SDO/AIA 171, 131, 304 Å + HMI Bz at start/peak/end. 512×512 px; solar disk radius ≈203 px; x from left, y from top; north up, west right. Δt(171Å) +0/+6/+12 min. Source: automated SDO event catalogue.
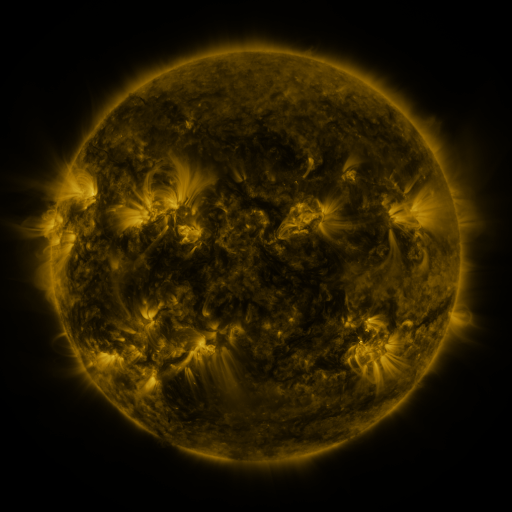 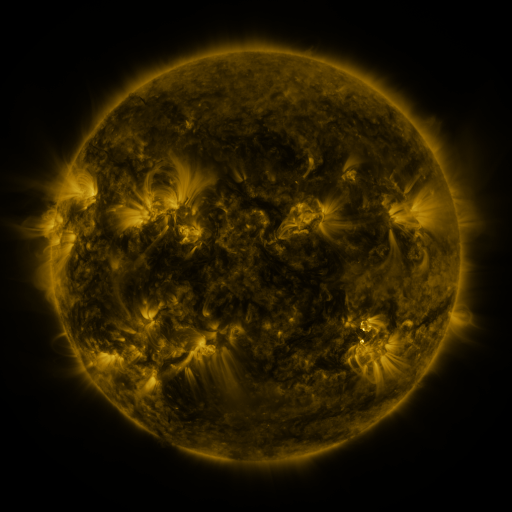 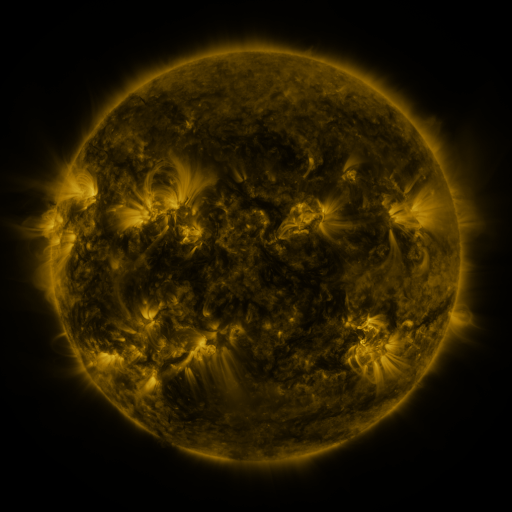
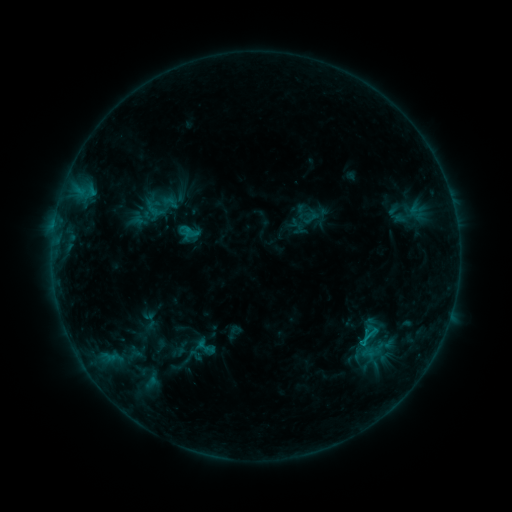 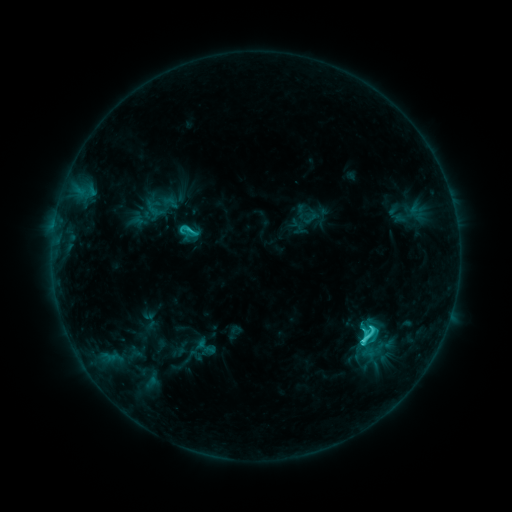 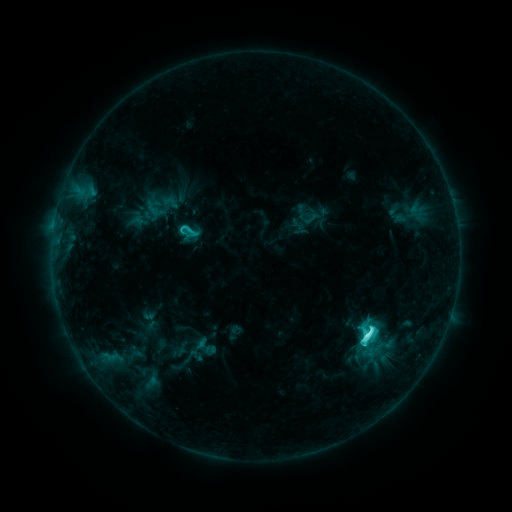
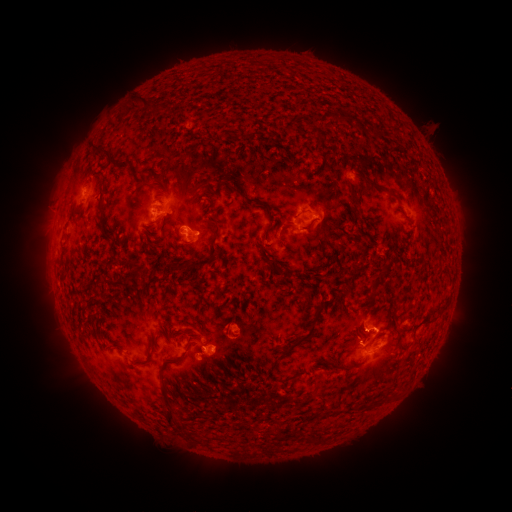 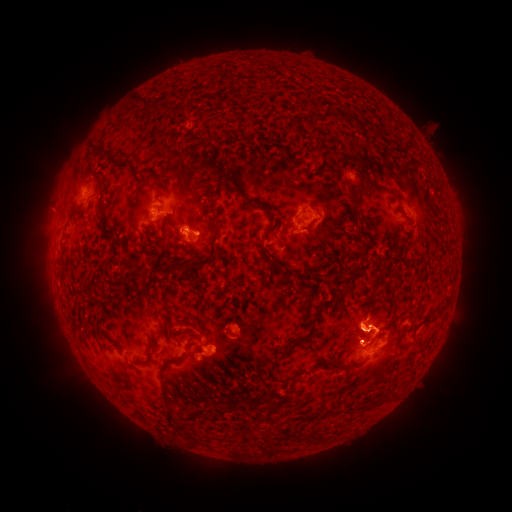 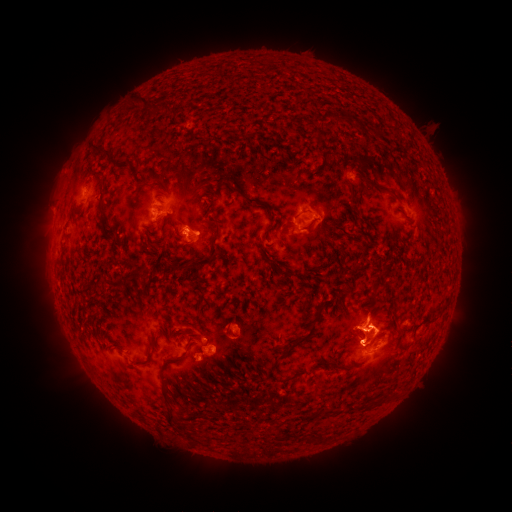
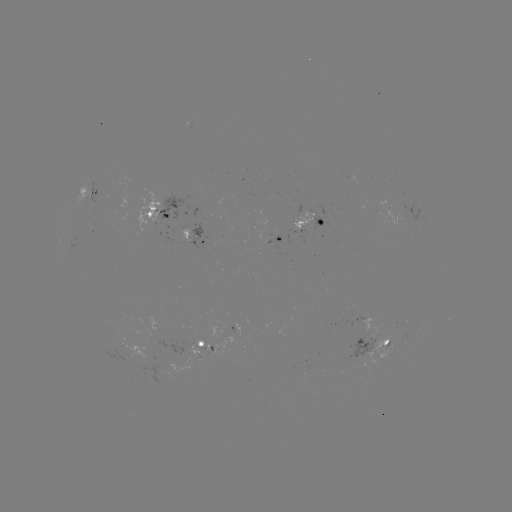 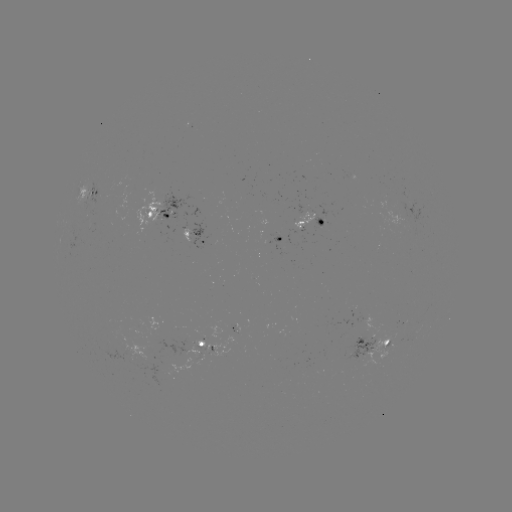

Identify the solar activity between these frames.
C6.3 flare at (361, 339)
